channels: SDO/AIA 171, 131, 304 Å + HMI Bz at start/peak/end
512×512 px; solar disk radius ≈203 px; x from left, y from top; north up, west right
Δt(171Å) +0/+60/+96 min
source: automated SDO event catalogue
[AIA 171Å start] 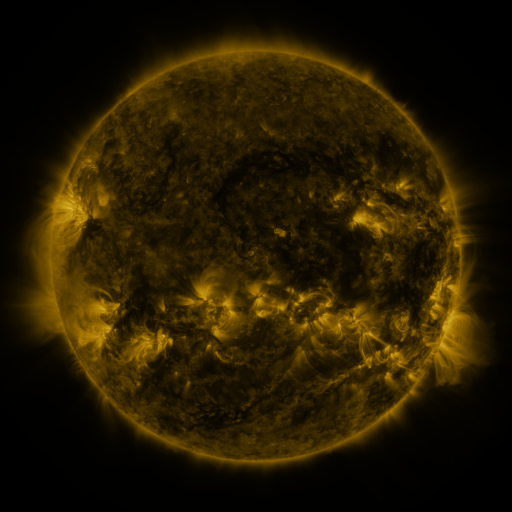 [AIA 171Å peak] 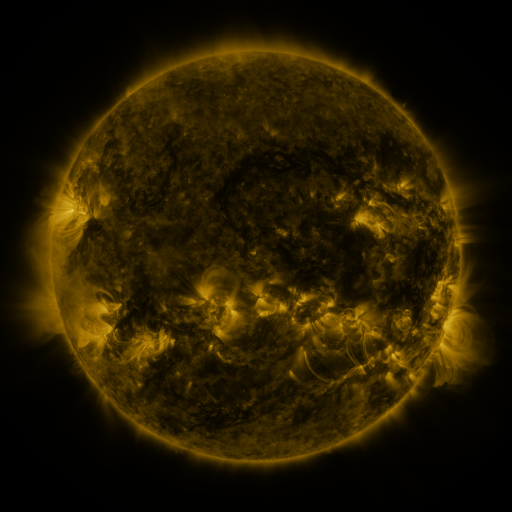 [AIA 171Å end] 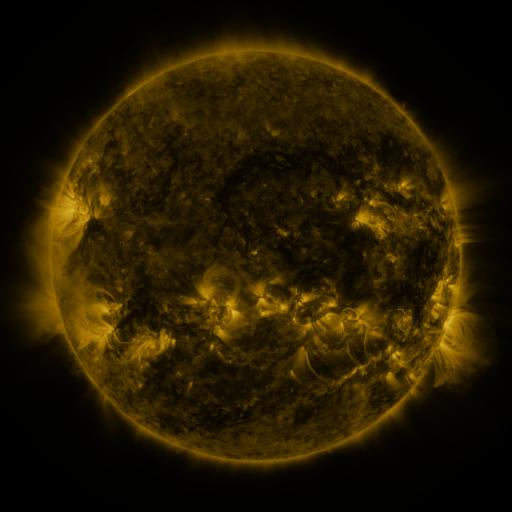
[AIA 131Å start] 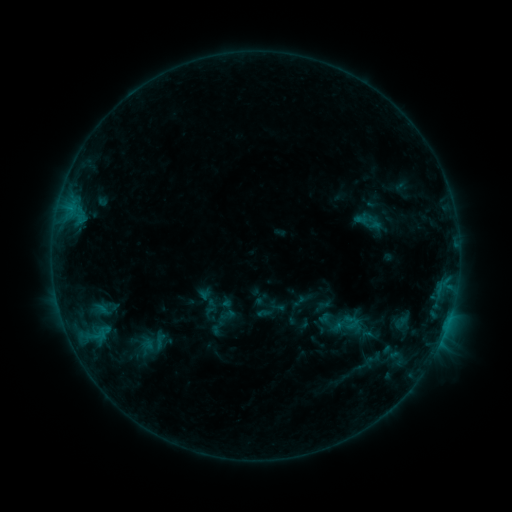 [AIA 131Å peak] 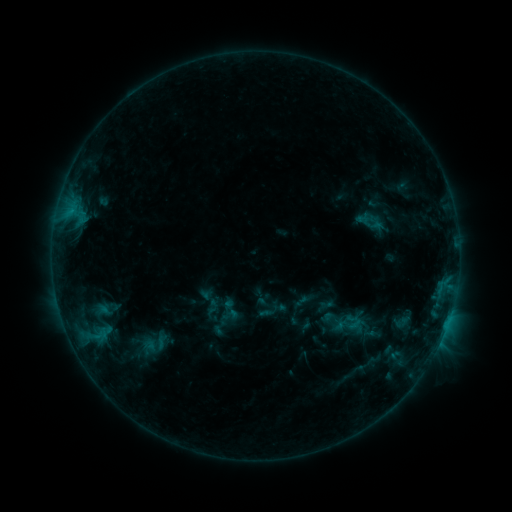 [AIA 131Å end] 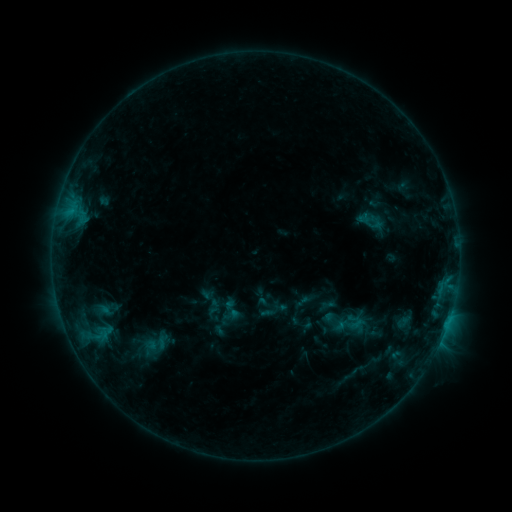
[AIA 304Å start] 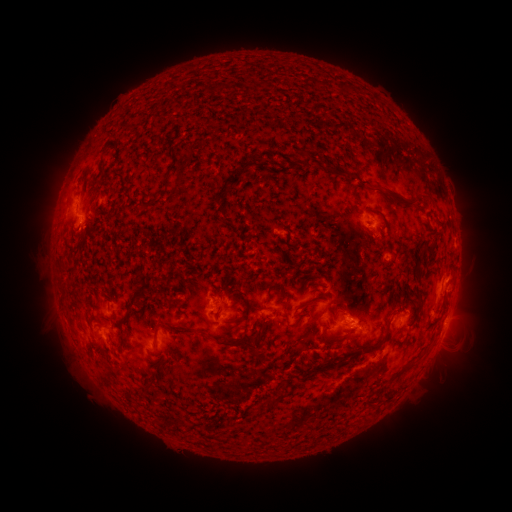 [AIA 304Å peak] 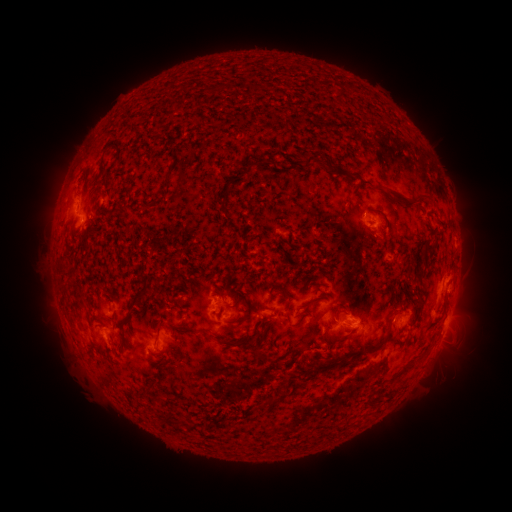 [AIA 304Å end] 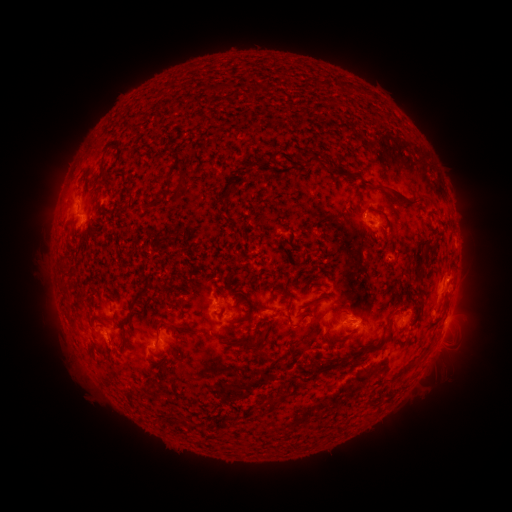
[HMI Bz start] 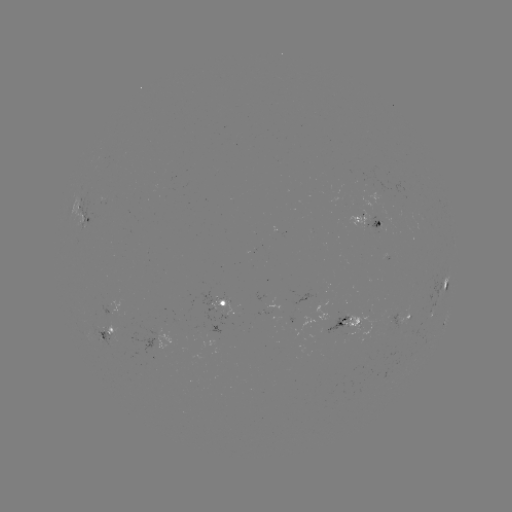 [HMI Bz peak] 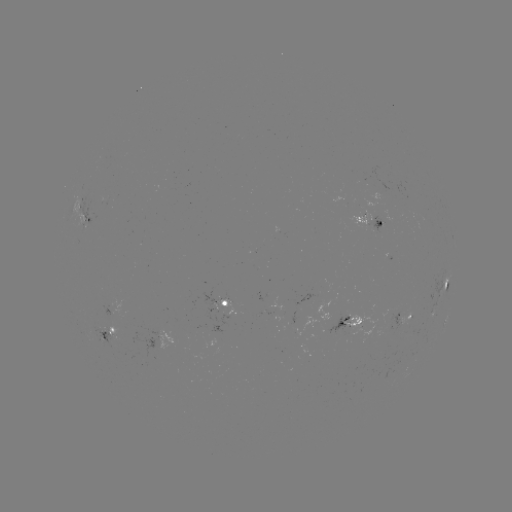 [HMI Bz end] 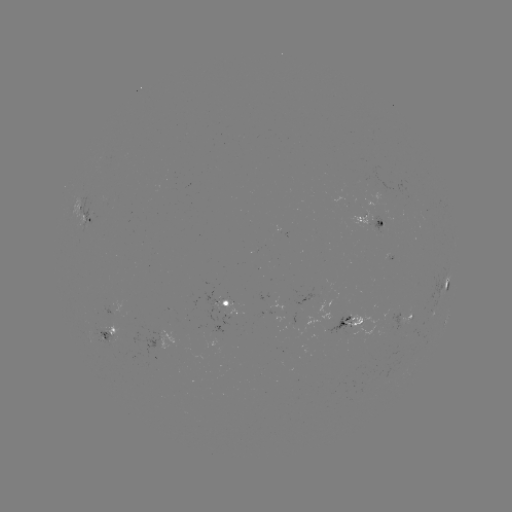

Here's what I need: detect emerging-flux region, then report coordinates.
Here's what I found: emerging-flux region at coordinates [308, 302].